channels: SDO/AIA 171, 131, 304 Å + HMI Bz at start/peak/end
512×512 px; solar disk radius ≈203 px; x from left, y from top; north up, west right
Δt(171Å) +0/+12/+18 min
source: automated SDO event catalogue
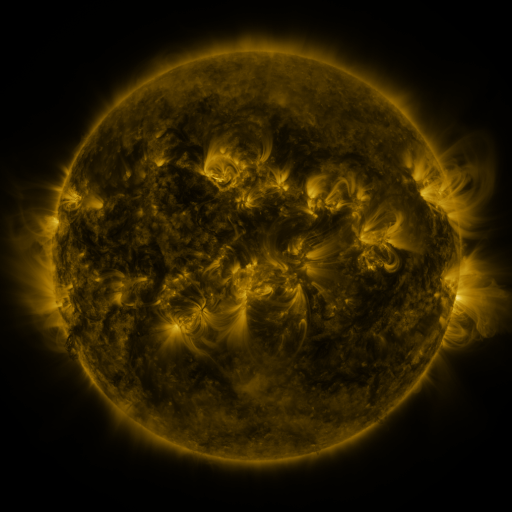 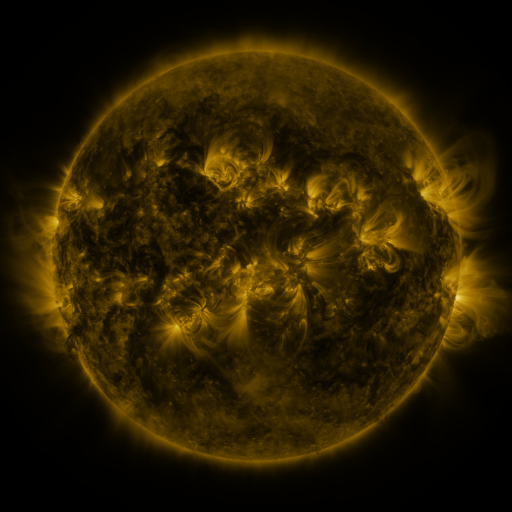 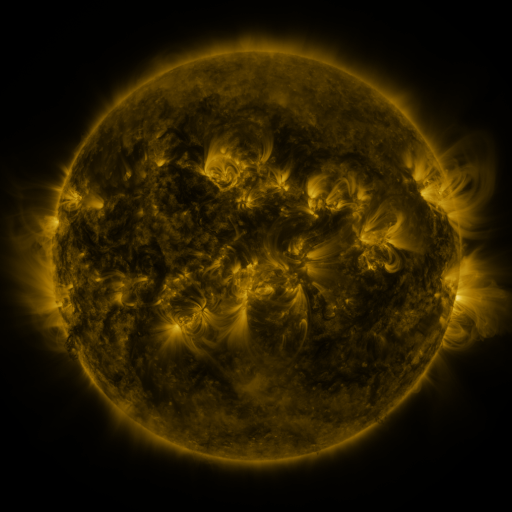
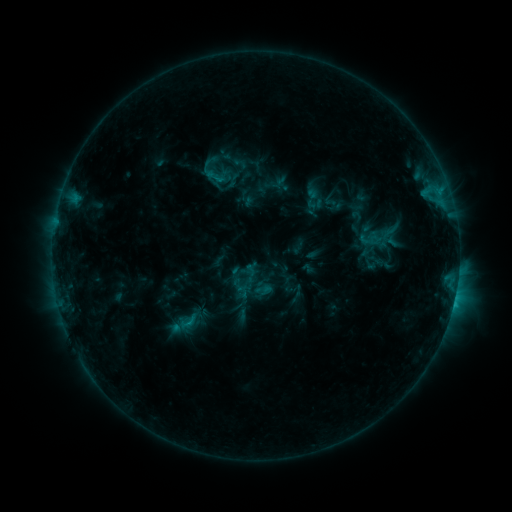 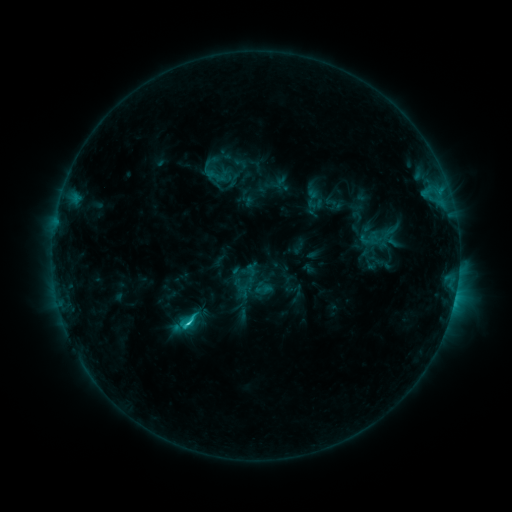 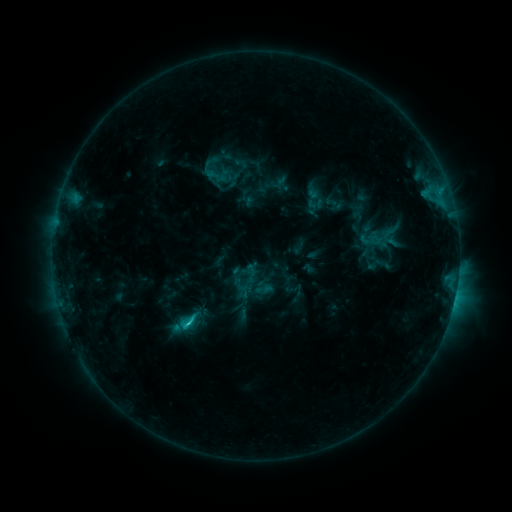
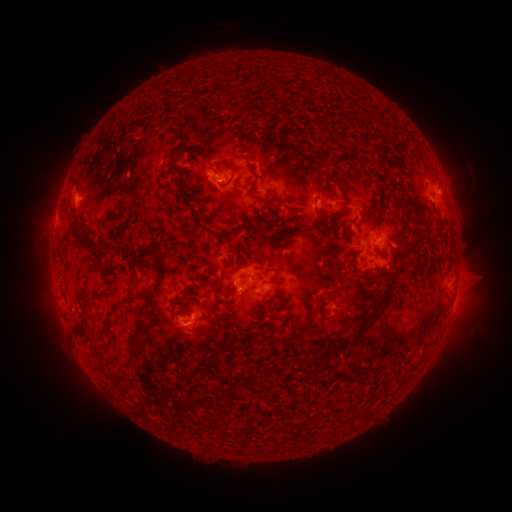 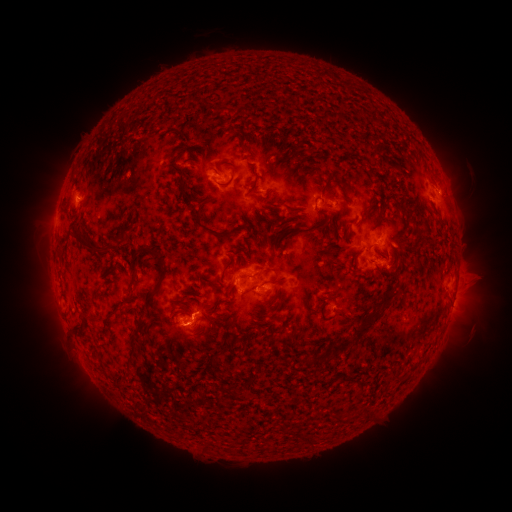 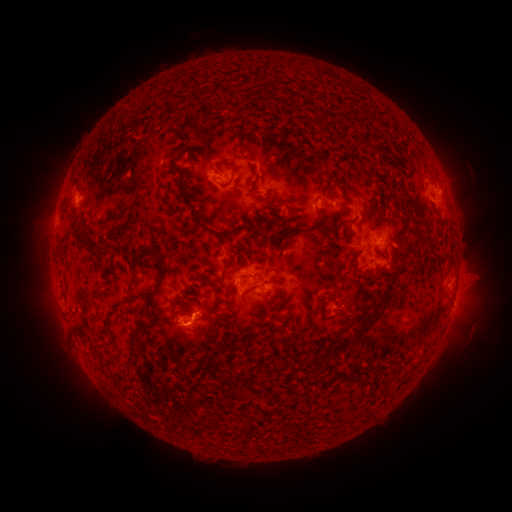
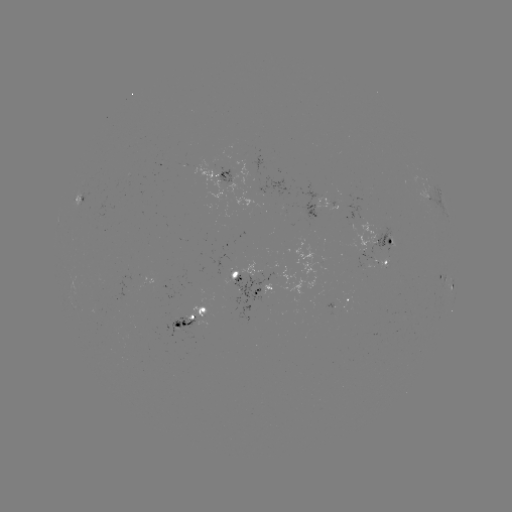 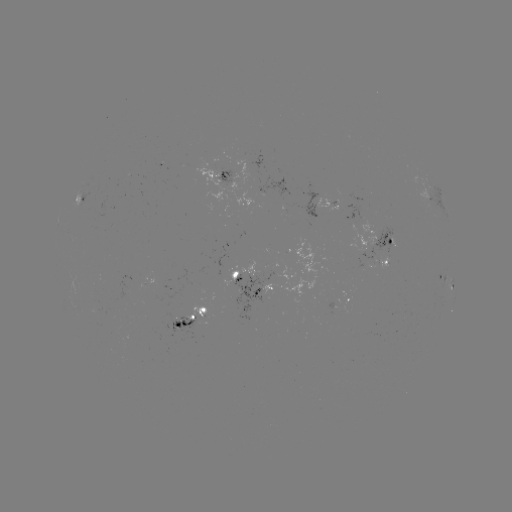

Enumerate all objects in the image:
C2.4 flare: (190, 323)
